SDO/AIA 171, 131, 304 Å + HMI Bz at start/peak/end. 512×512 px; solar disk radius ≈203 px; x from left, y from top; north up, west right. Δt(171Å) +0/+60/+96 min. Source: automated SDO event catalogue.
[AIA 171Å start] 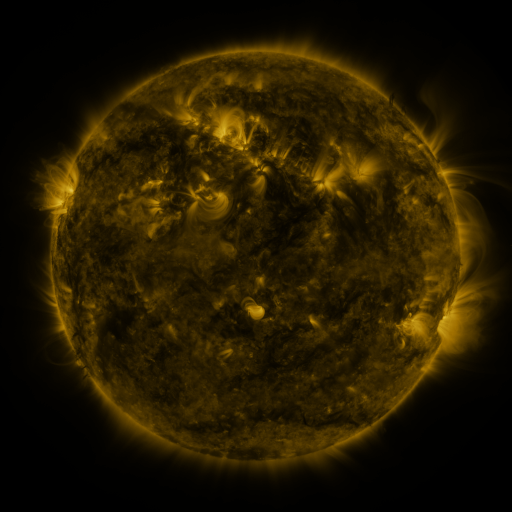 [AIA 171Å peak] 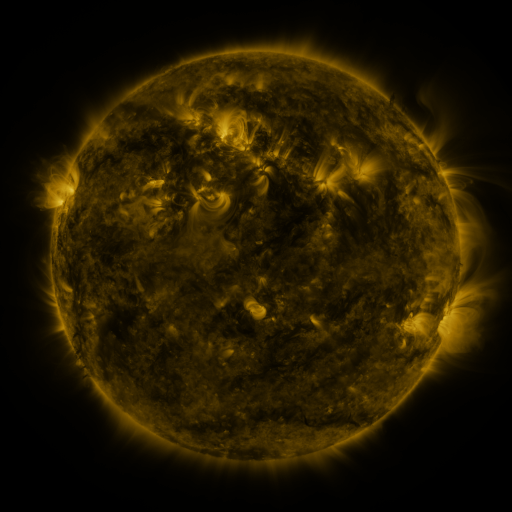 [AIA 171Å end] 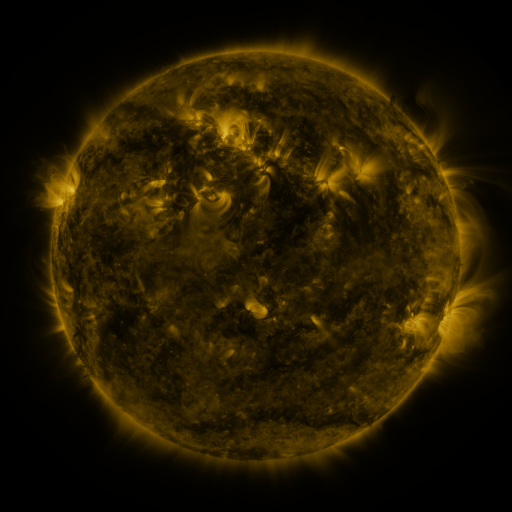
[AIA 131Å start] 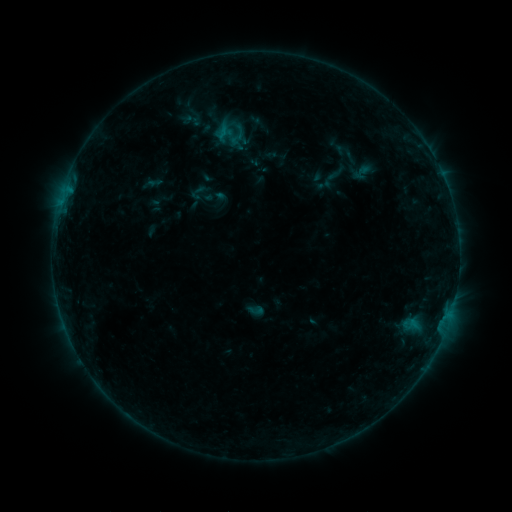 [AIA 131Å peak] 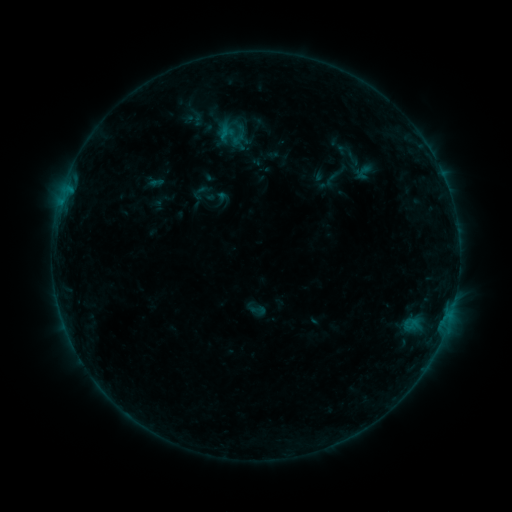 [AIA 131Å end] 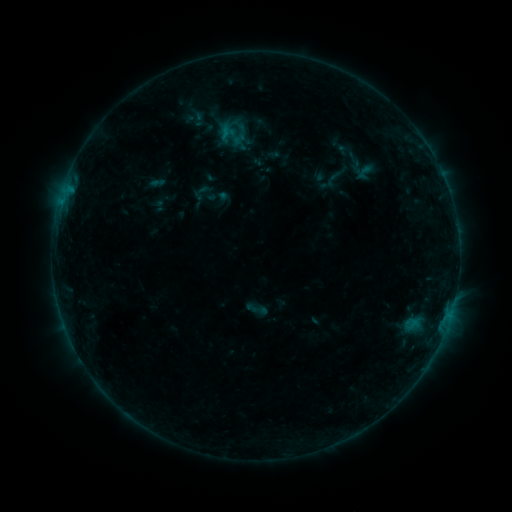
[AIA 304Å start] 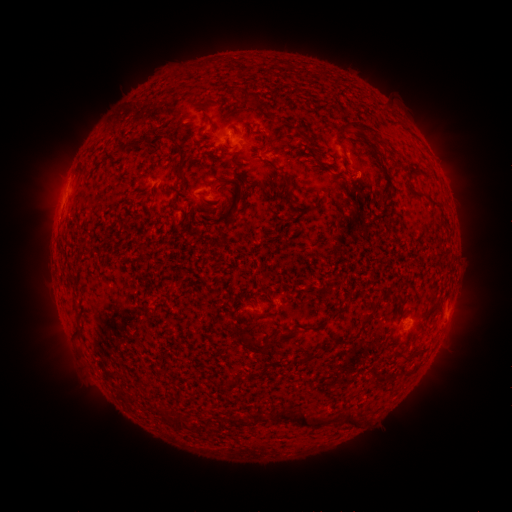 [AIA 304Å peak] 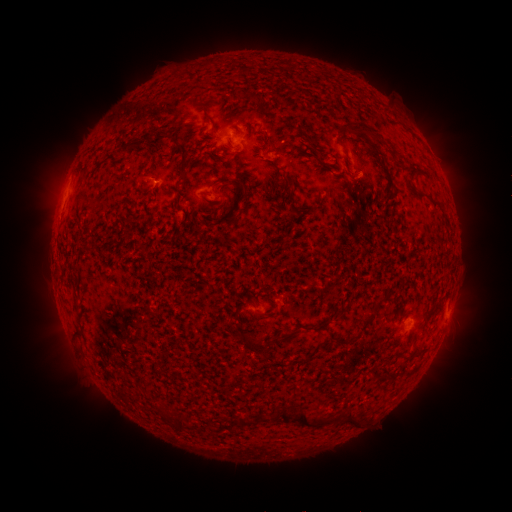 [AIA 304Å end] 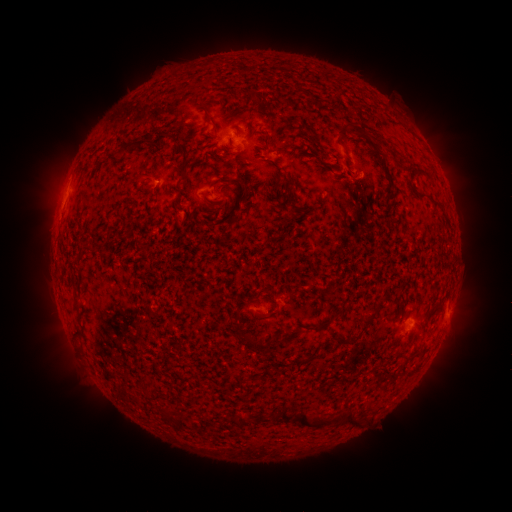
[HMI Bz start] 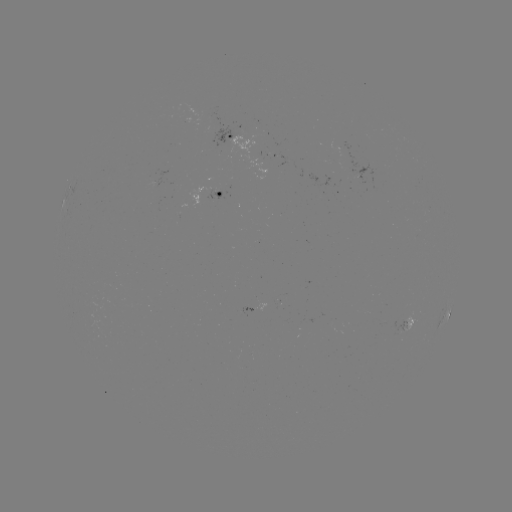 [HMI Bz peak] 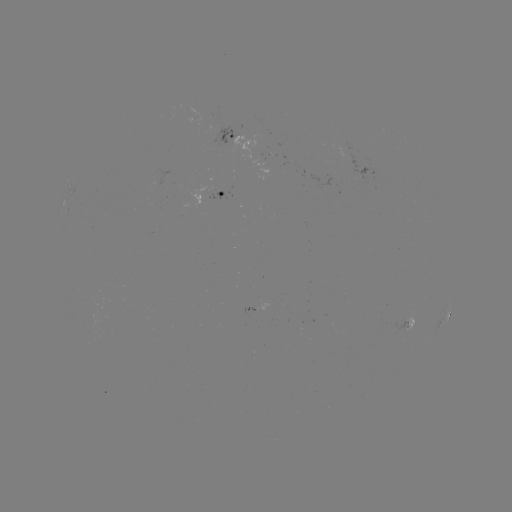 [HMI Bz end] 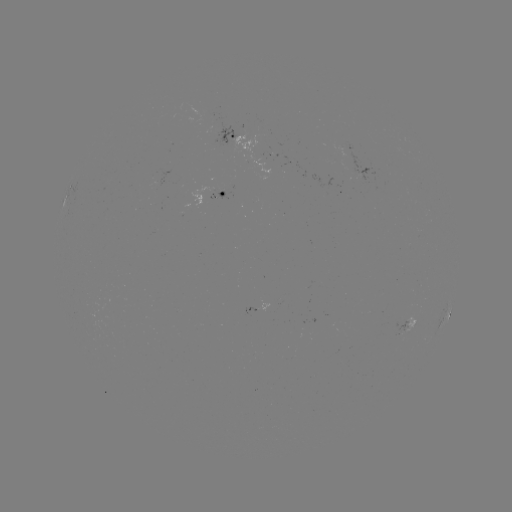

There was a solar emerging-flux region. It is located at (293, 163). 